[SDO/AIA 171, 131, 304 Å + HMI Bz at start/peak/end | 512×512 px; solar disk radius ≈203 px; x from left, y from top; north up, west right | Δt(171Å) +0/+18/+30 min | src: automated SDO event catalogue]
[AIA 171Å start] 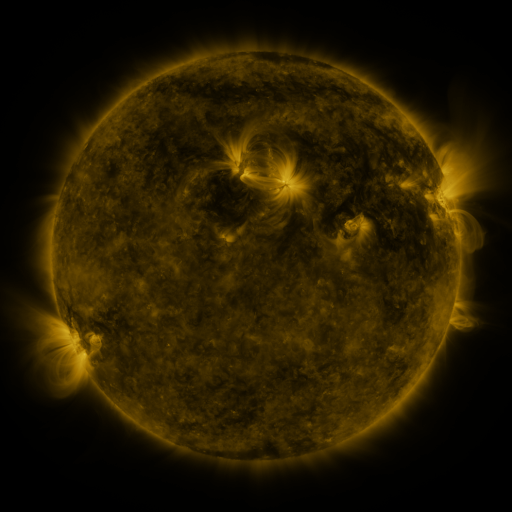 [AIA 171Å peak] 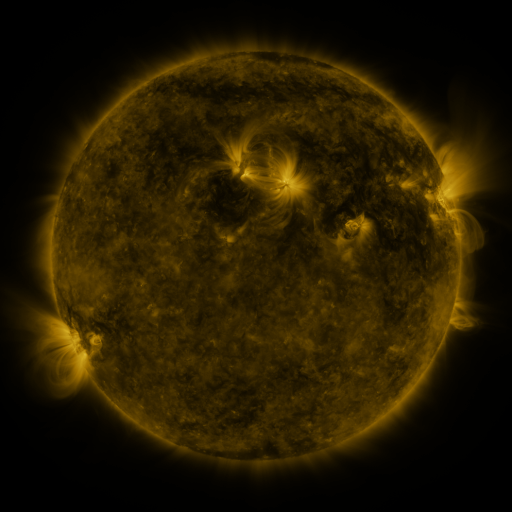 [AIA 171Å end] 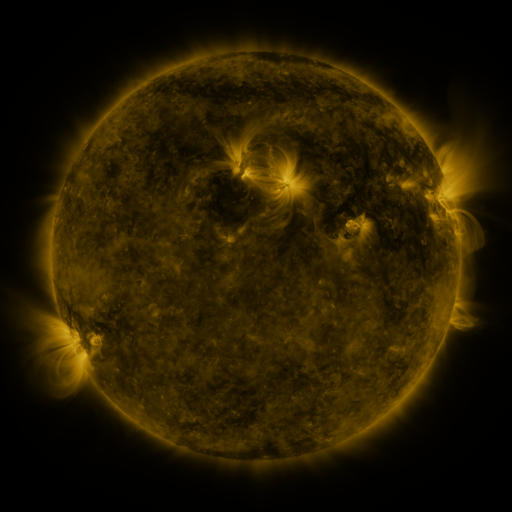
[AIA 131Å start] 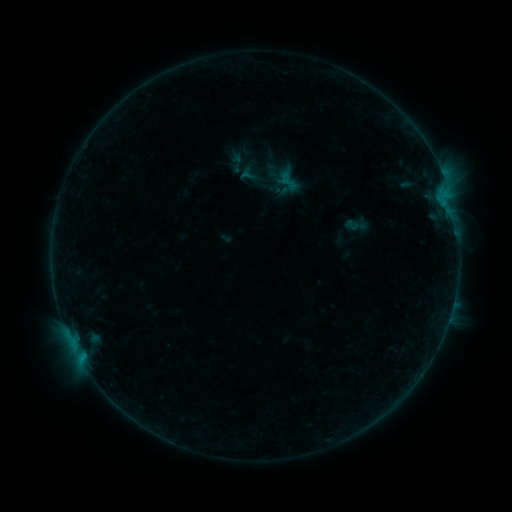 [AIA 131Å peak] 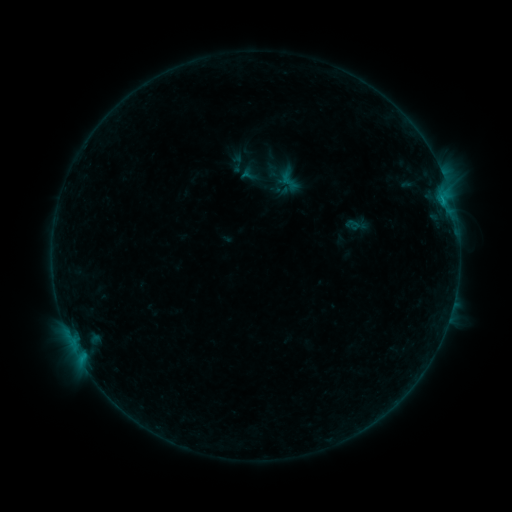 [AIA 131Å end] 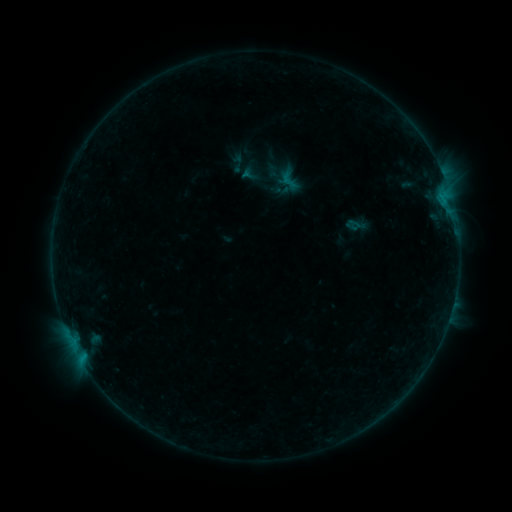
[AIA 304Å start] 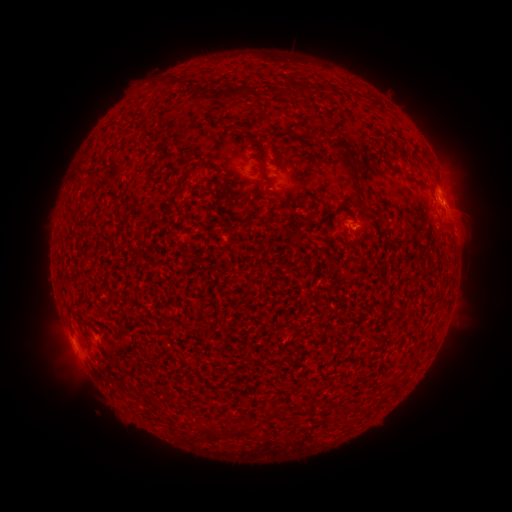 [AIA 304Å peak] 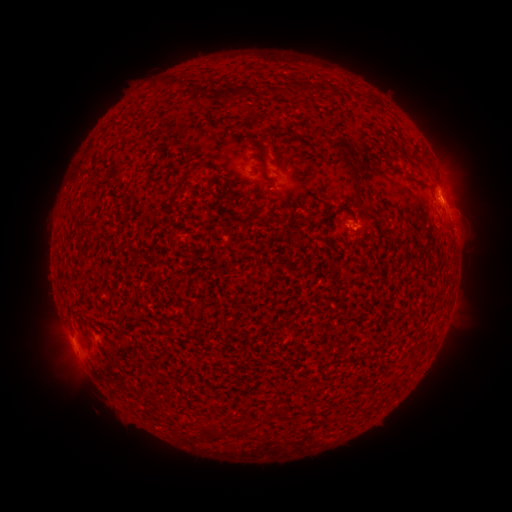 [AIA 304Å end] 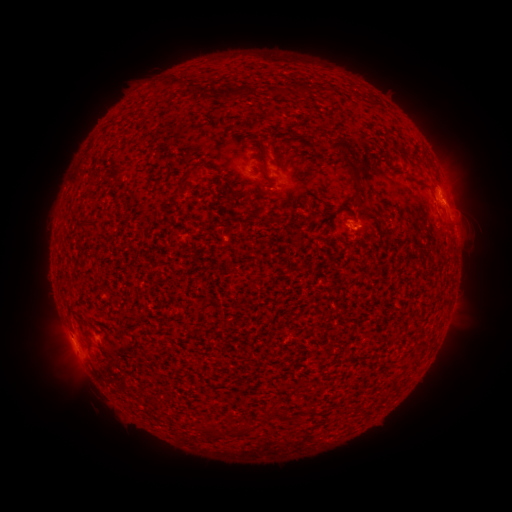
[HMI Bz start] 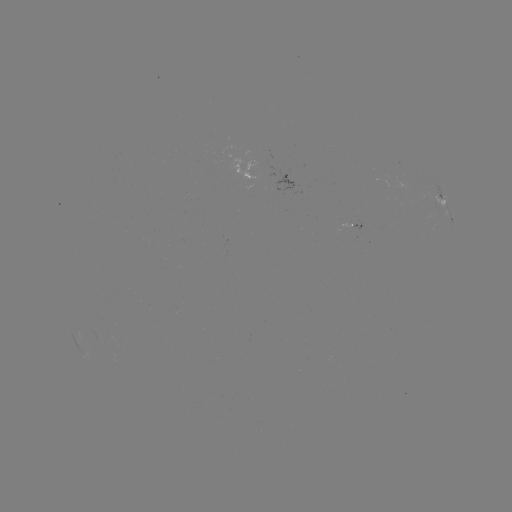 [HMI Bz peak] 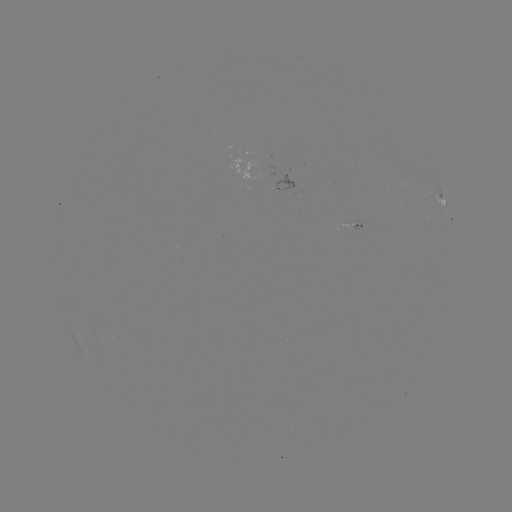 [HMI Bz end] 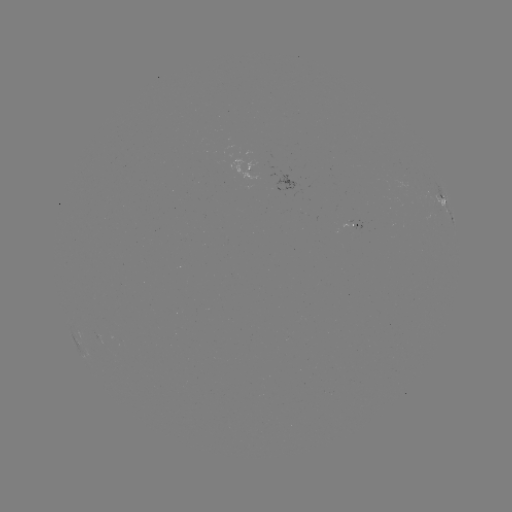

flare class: B3.5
